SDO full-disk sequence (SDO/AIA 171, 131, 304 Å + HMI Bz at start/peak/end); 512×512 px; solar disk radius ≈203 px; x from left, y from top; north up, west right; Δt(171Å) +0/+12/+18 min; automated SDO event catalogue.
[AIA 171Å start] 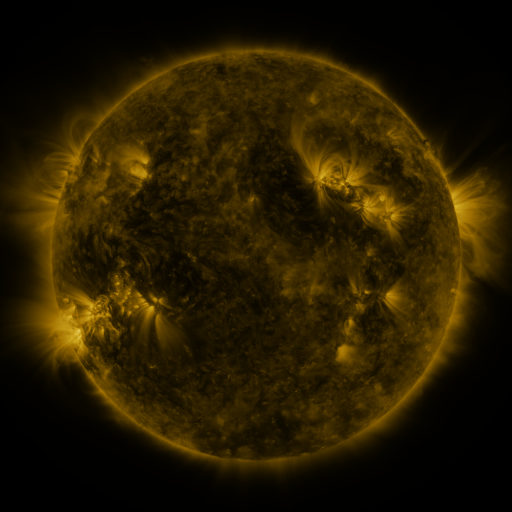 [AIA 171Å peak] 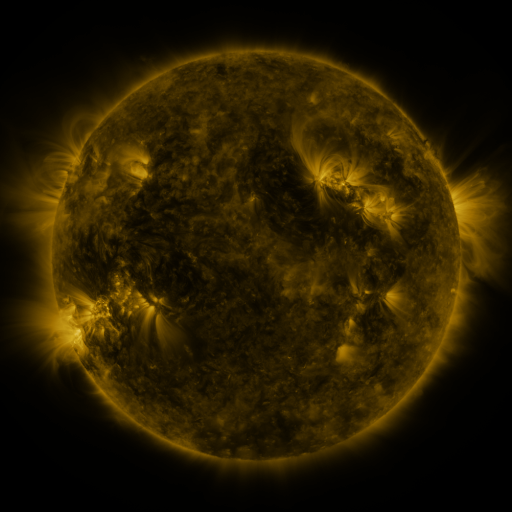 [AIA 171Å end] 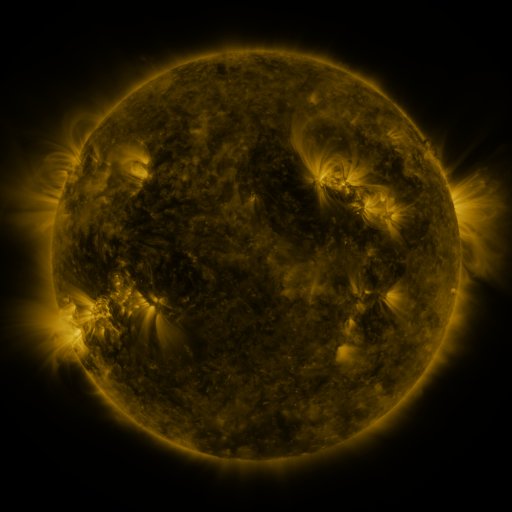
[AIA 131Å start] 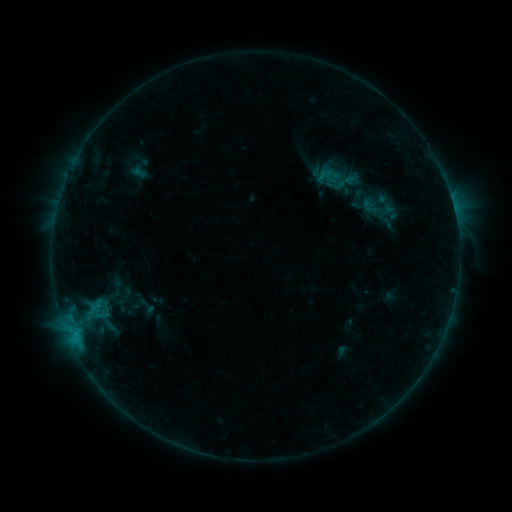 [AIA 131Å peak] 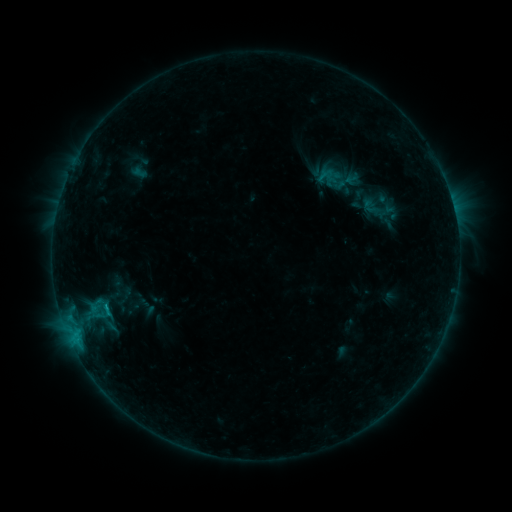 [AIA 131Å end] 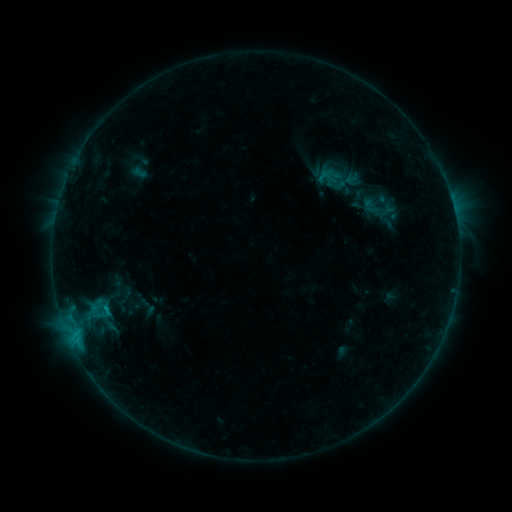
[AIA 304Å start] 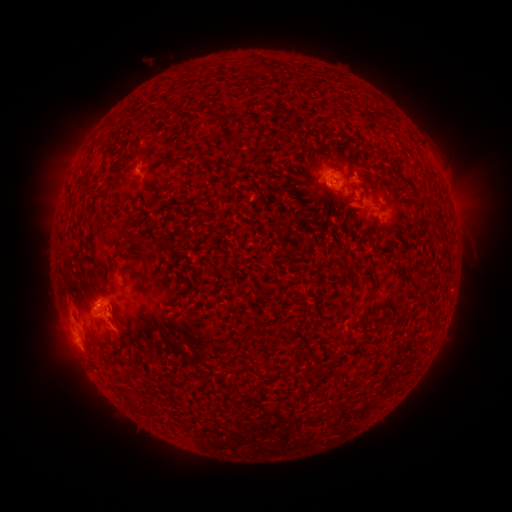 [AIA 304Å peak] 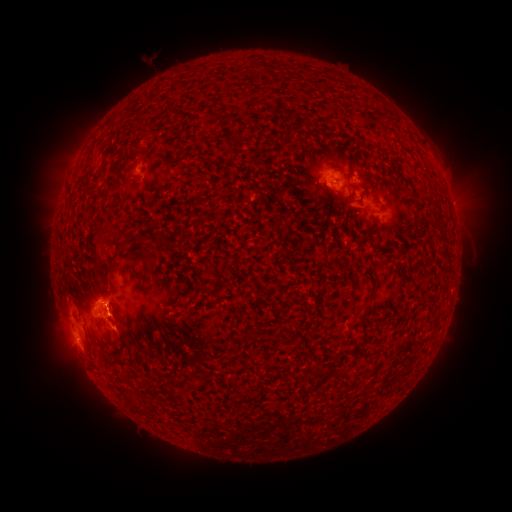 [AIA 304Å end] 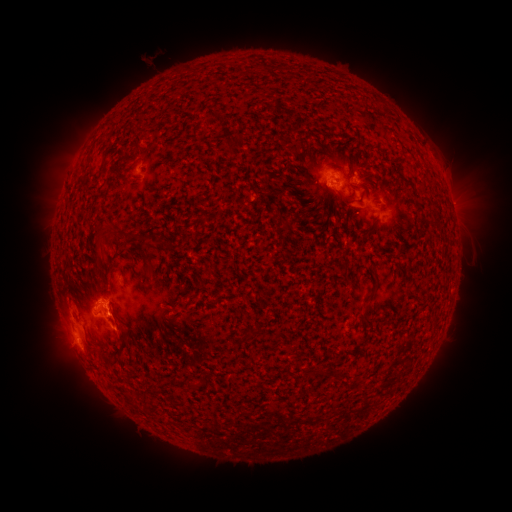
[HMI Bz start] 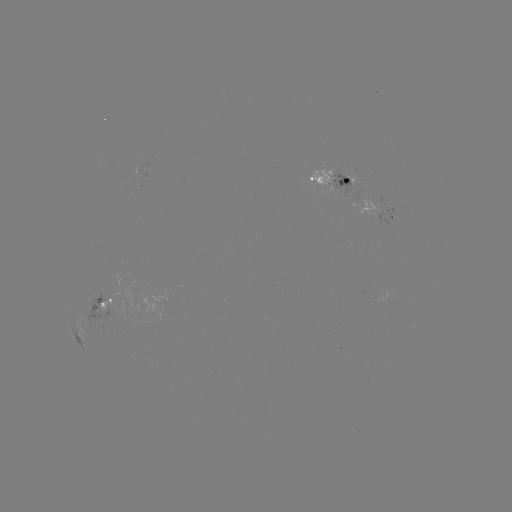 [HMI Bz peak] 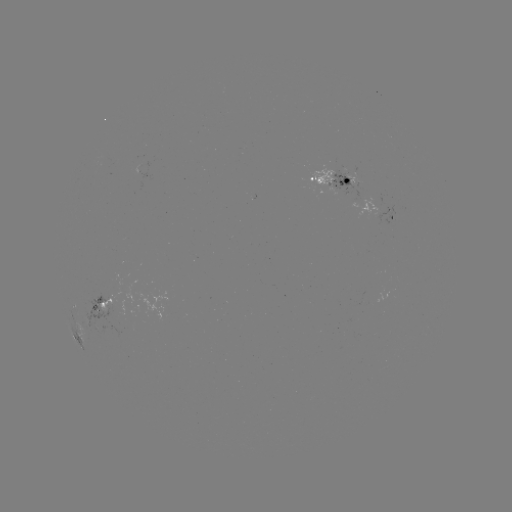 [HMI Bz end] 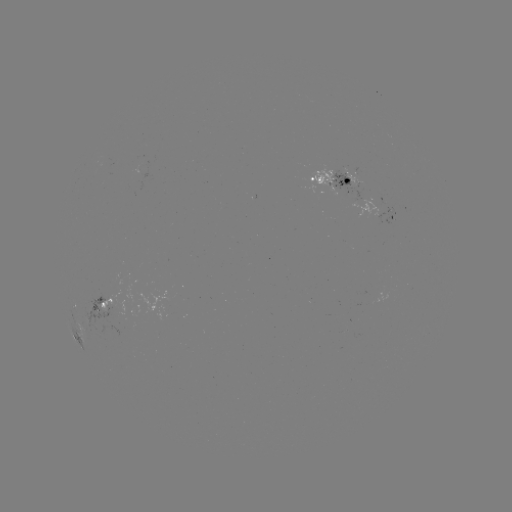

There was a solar flare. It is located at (107, 307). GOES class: B8.3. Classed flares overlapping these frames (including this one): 1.